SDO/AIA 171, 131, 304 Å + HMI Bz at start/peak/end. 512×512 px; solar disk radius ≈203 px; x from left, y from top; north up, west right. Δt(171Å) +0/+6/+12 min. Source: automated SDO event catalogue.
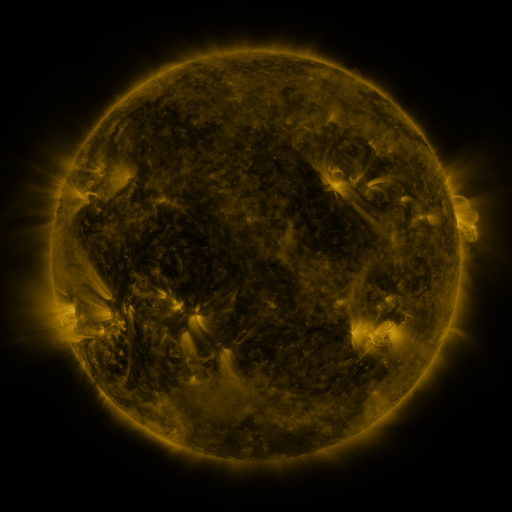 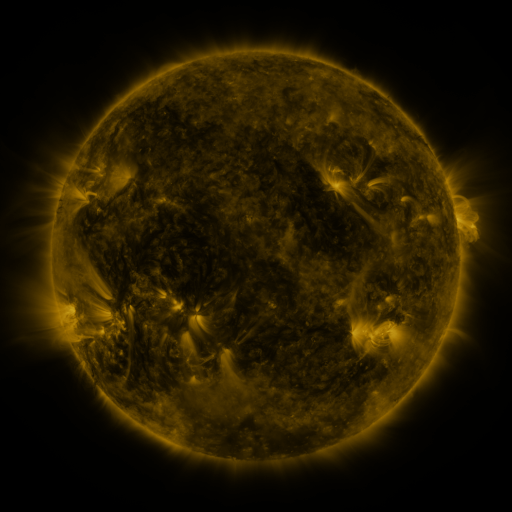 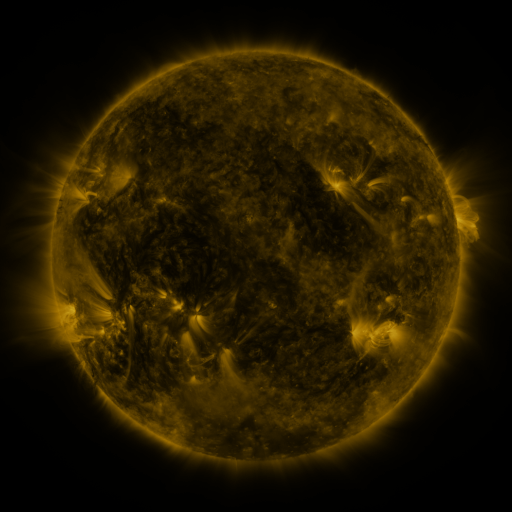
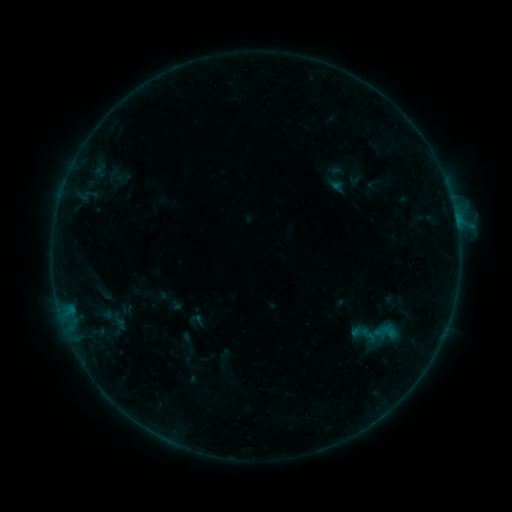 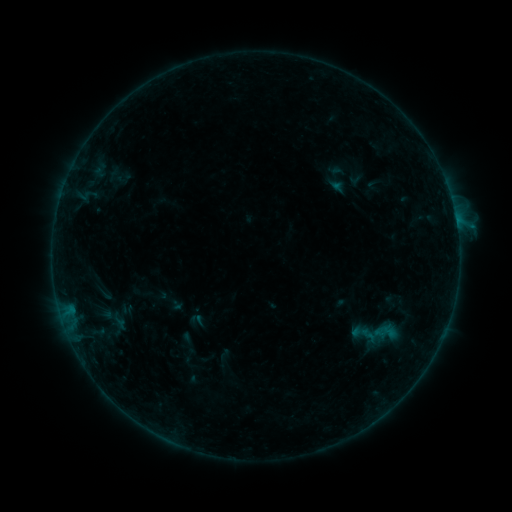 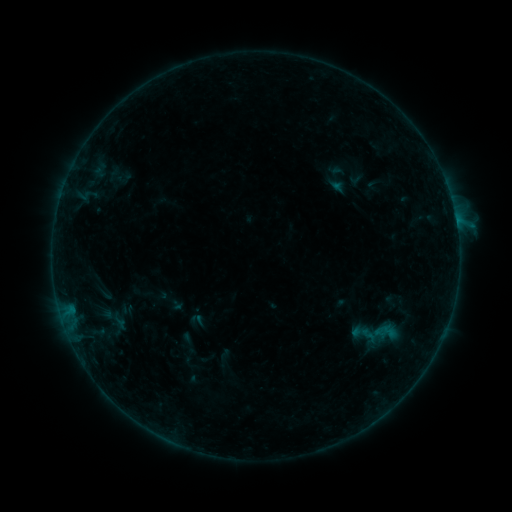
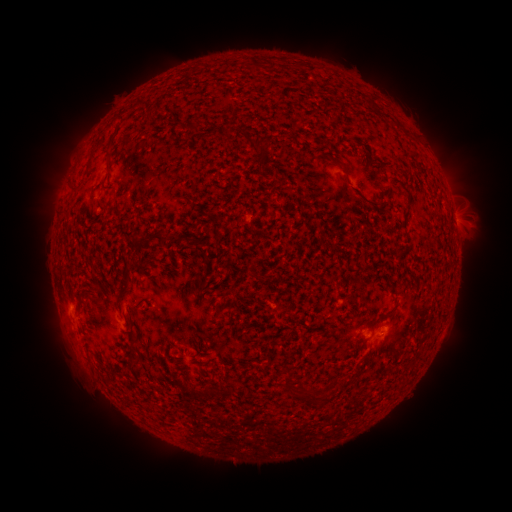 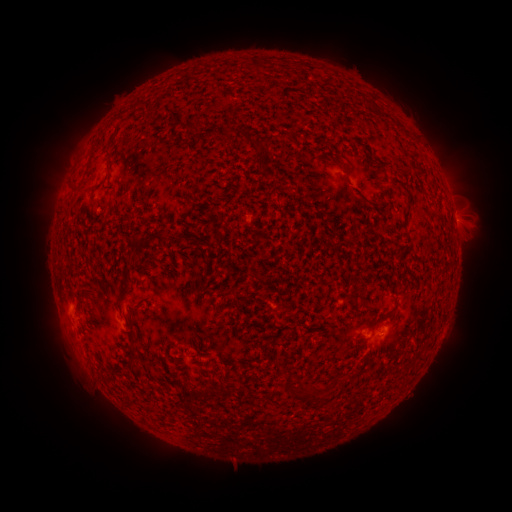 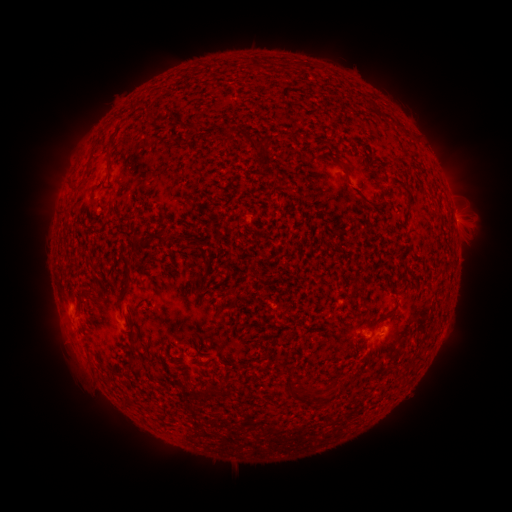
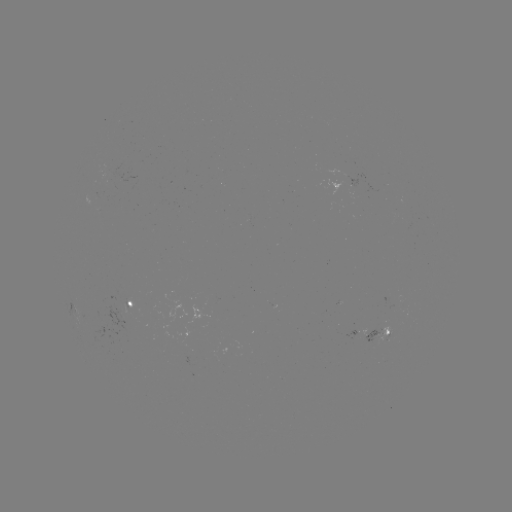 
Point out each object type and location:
B2.0 flare: (456, 220)
